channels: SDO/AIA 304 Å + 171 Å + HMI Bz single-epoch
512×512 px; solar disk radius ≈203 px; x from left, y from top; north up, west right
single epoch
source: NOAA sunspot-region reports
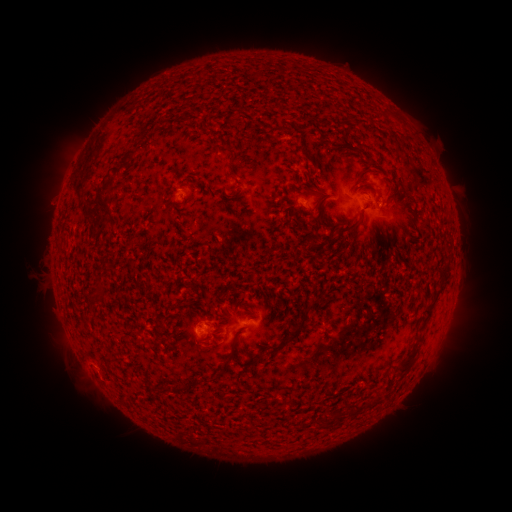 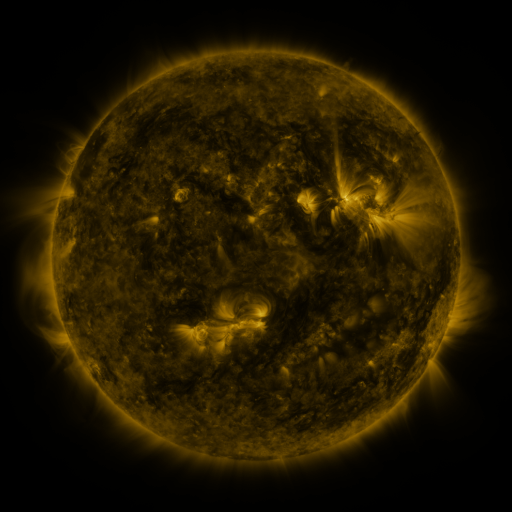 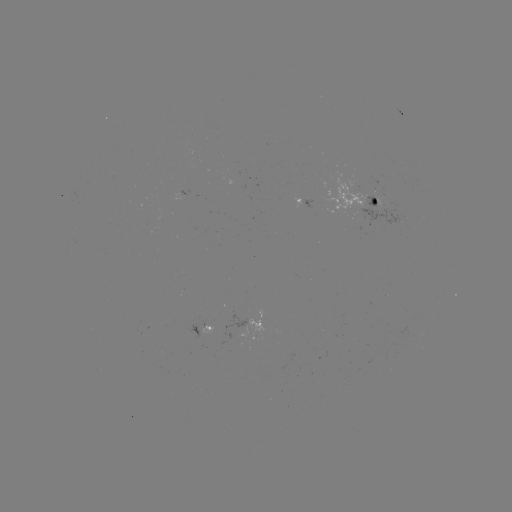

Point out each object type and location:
spotted active region: (302, 199)
spotted active region: (359, 205)
spotted active region: (202, 328)
